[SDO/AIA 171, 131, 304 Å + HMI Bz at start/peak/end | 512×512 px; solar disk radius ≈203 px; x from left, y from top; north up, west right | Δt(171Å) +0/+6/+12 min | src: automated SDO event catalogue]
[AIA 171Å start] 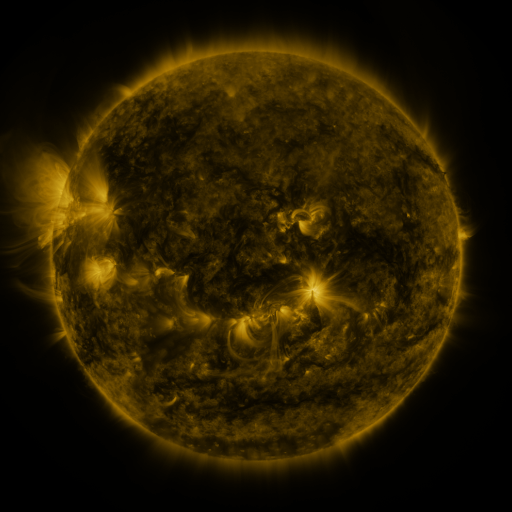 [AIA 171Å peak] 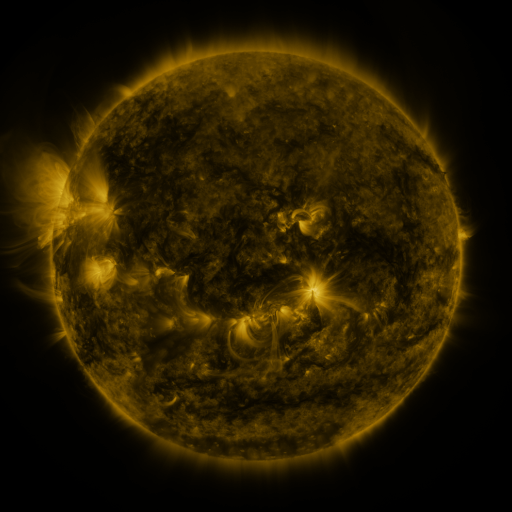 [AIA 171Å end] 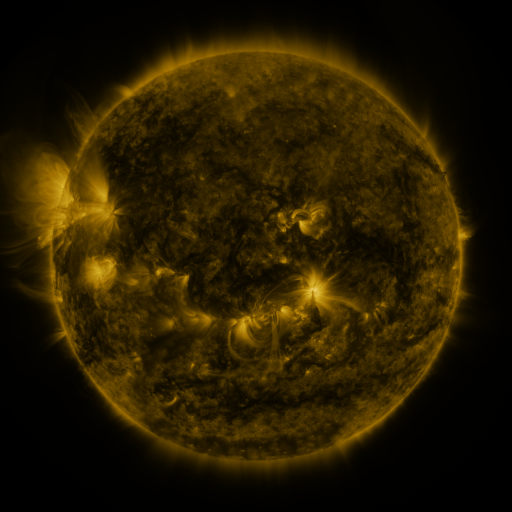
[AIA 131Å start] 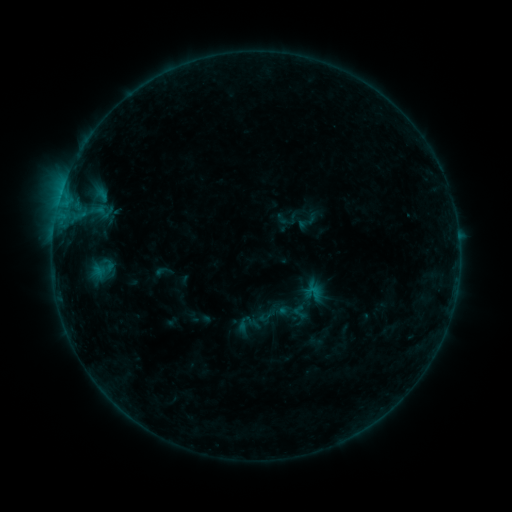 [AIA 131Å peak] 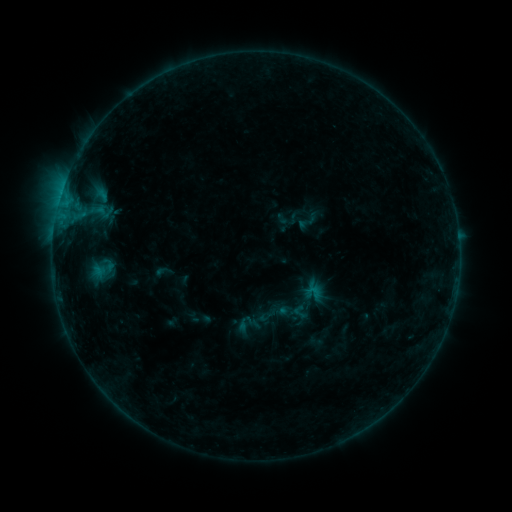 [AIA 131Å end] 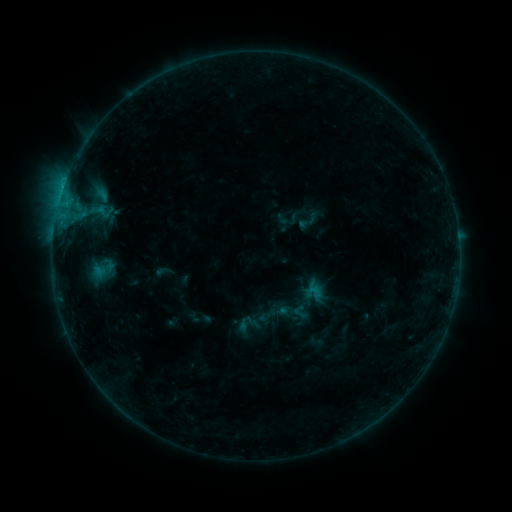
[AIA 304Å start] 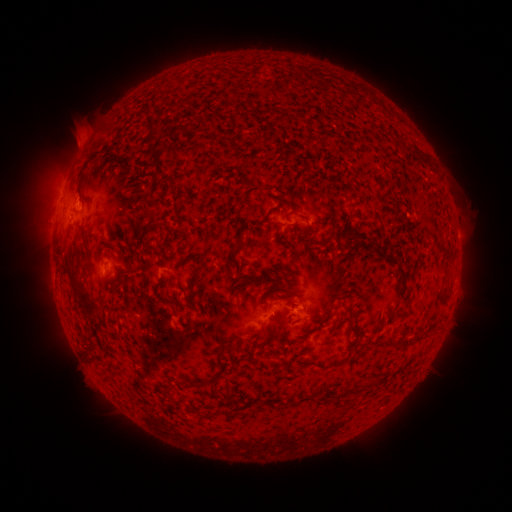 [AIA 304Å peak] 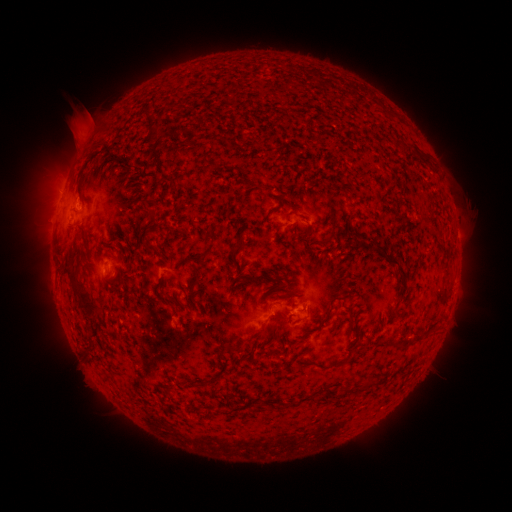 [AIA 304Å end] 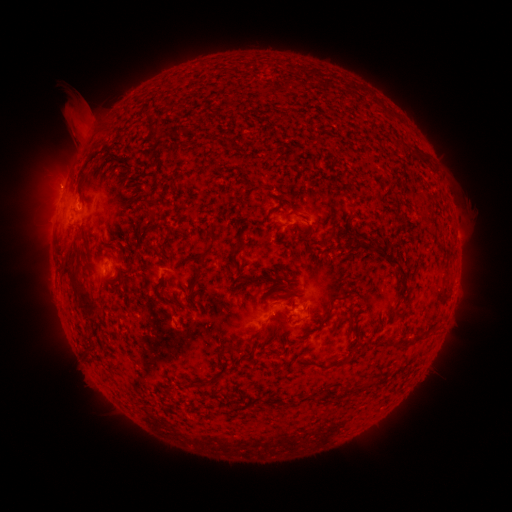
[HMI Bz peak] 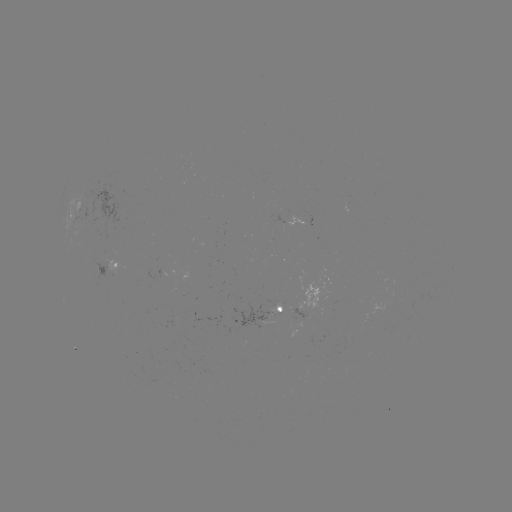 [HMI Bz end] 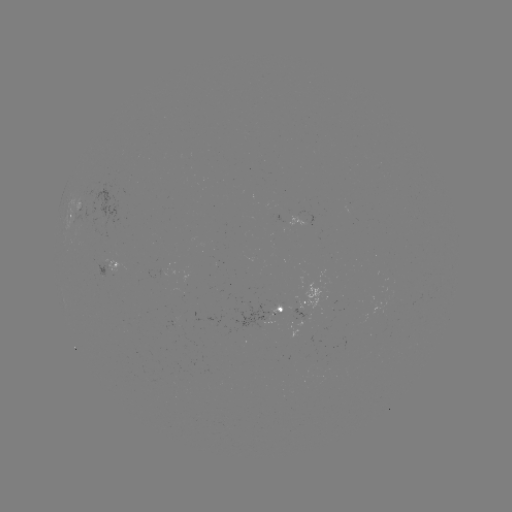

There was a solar eruption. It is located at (85, 122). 